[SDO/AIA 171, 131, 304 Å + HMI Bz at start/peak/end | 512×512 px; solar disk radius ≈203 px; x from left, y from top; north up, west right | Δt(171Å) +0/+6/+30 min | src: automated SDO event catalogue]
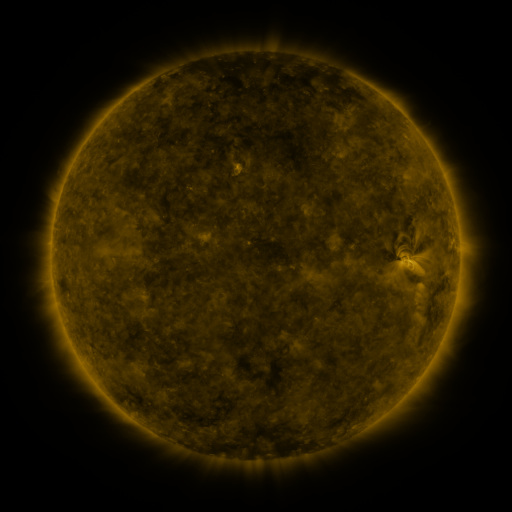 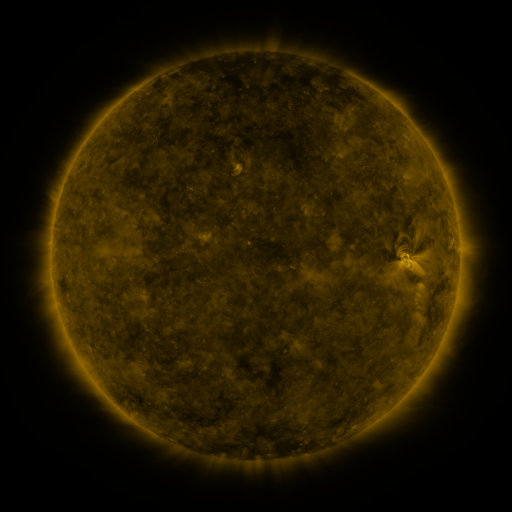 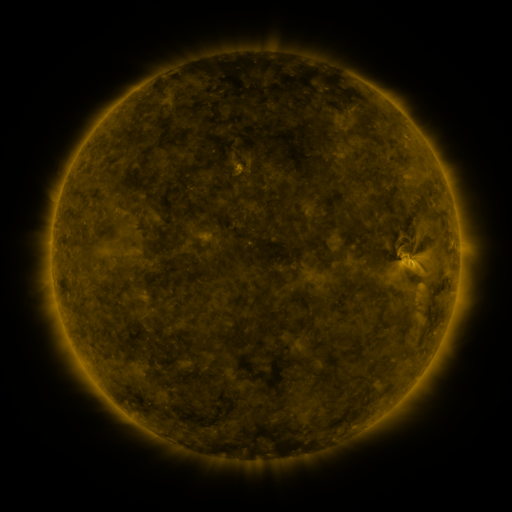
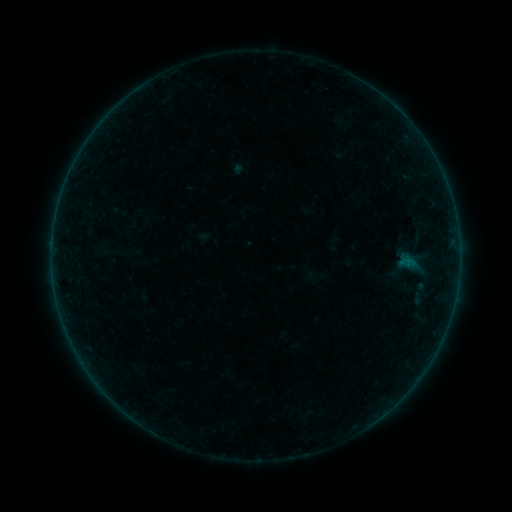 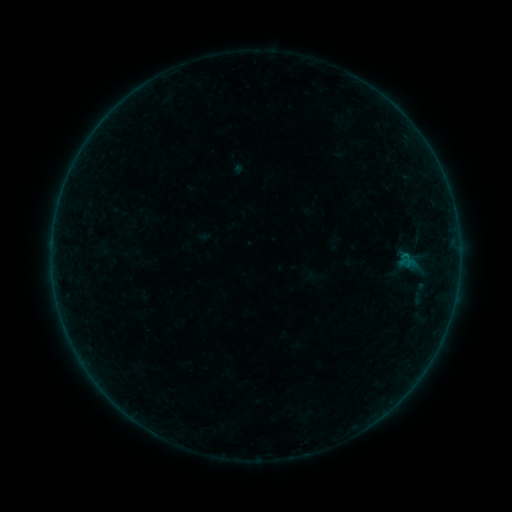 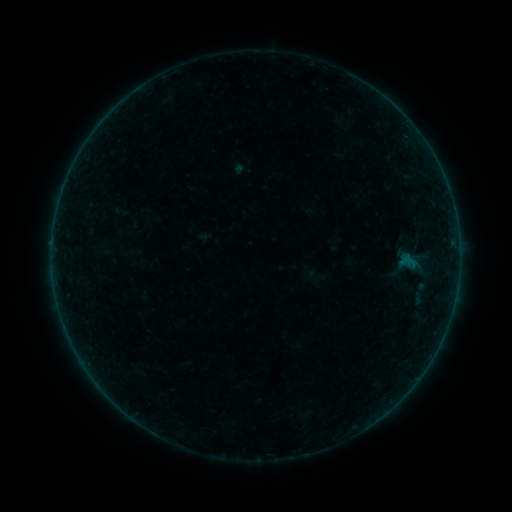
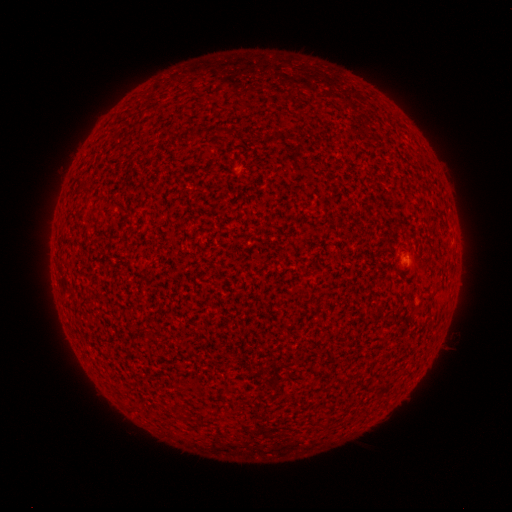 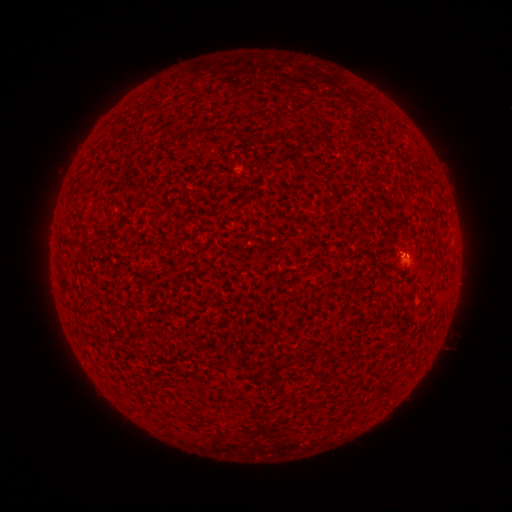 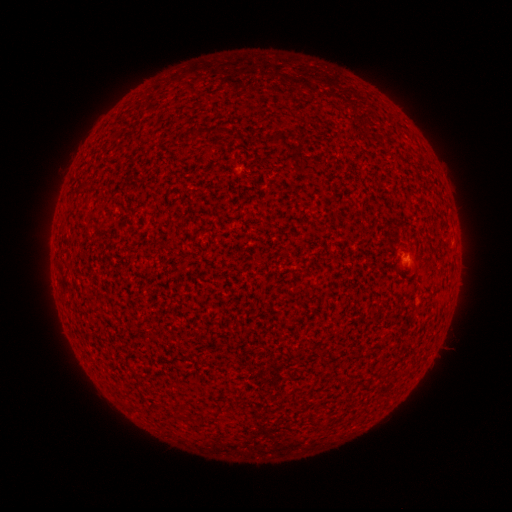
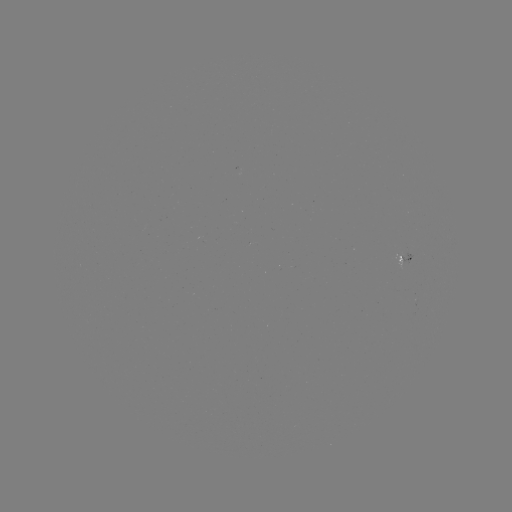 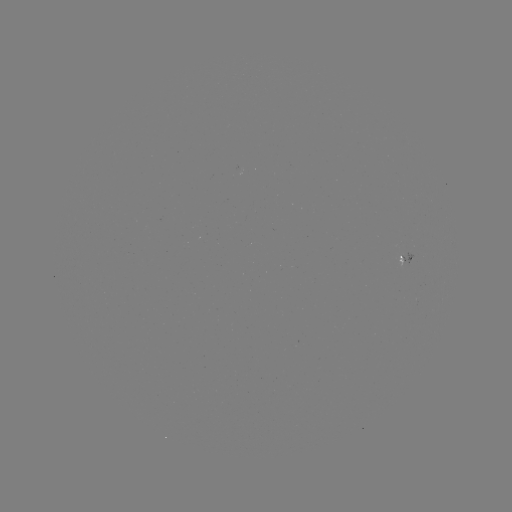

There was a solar flare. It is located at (405, 258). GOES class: A7.6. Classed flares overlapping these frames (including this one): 1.